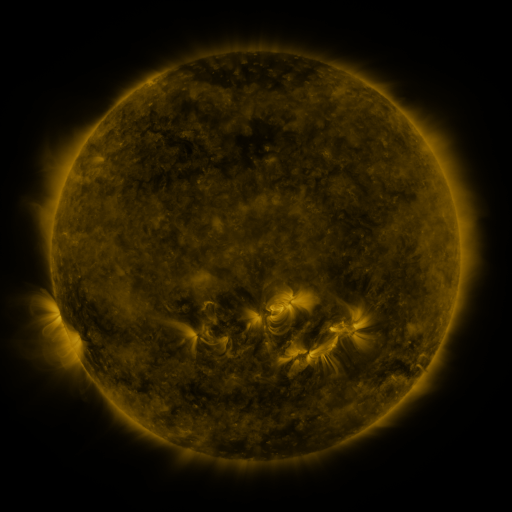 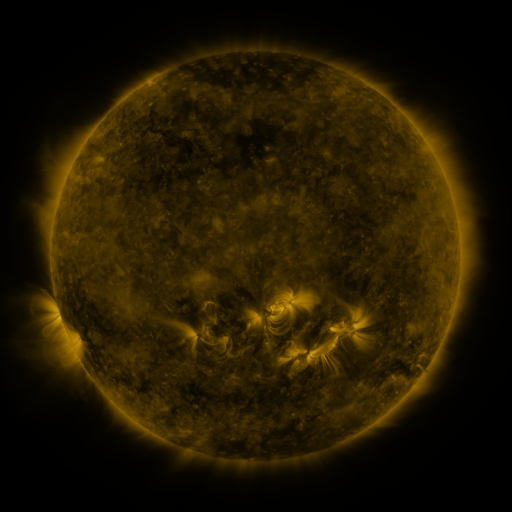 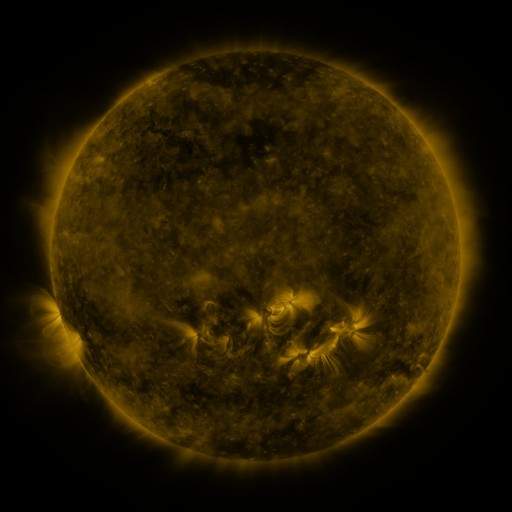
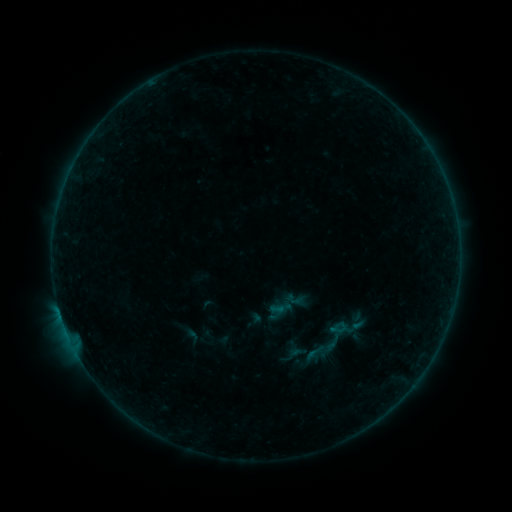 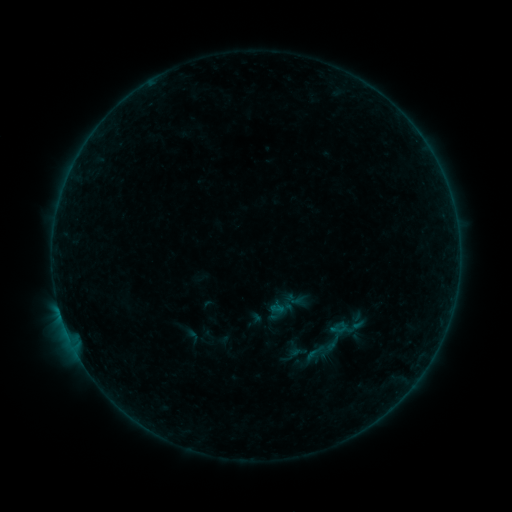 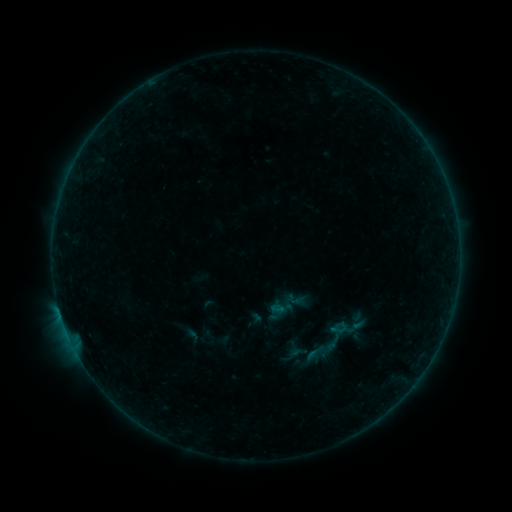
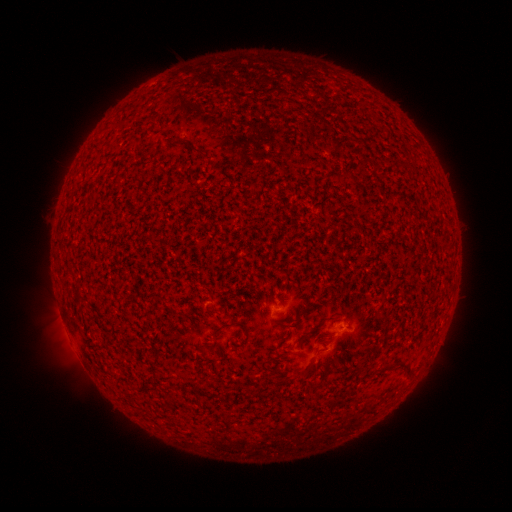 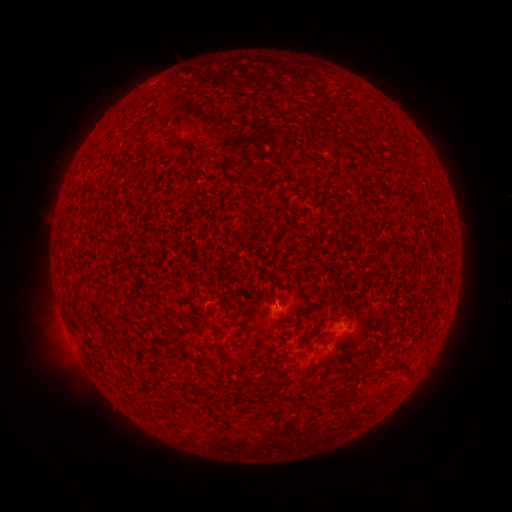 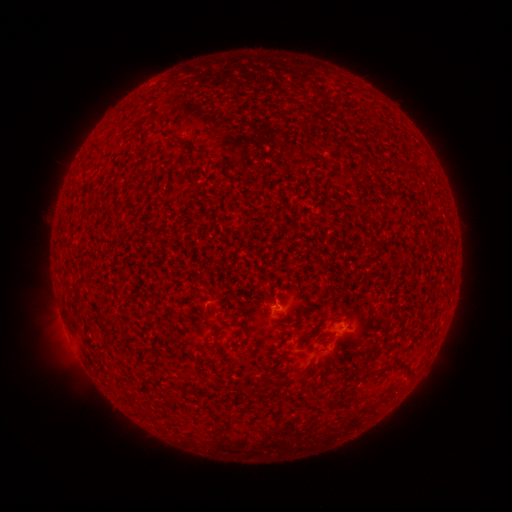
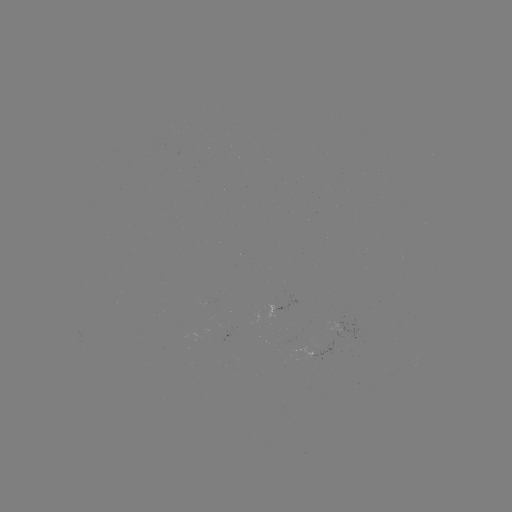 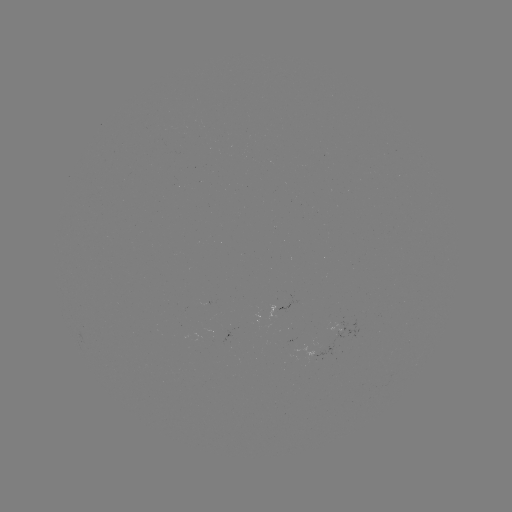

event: flare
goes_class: B1.1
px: (276, 303)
